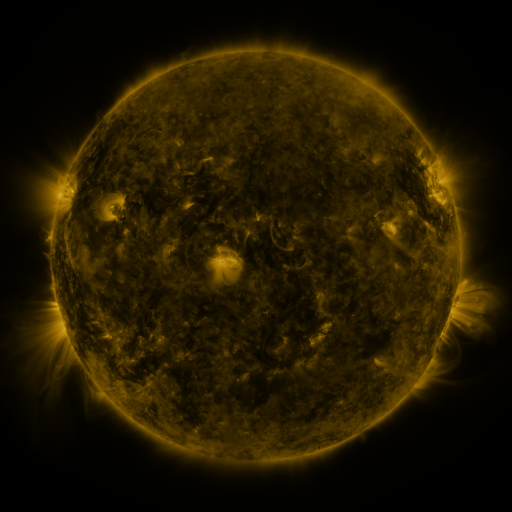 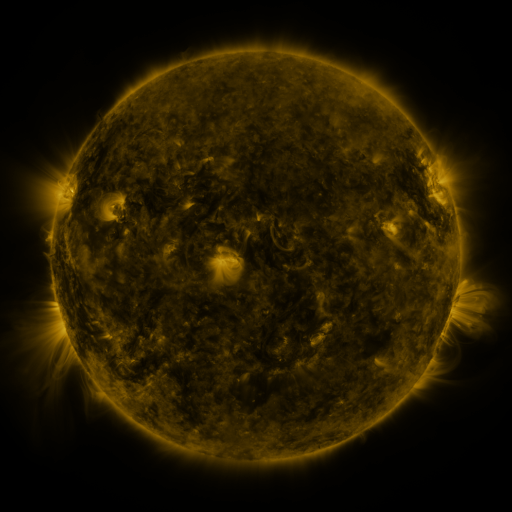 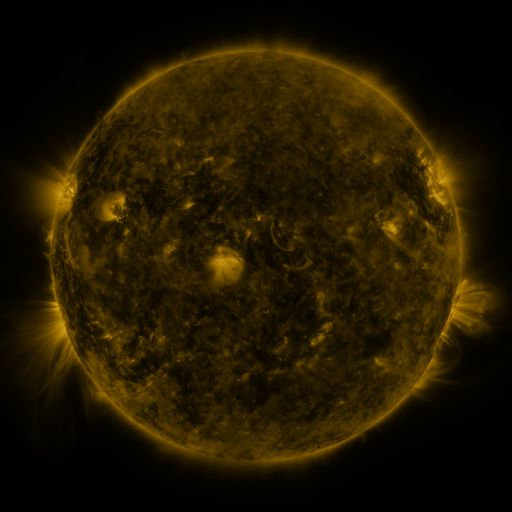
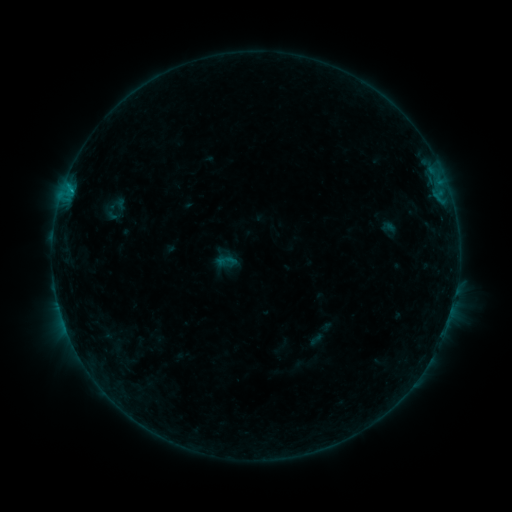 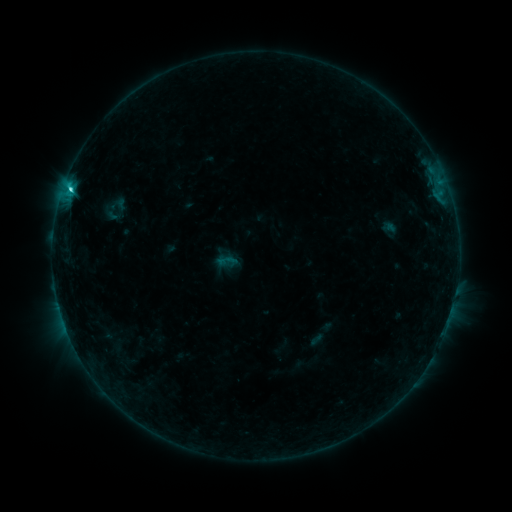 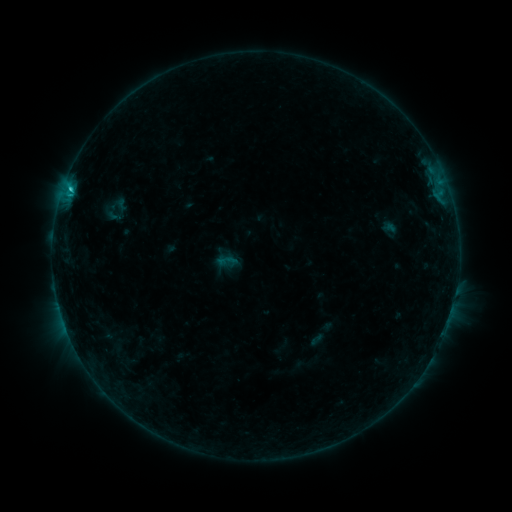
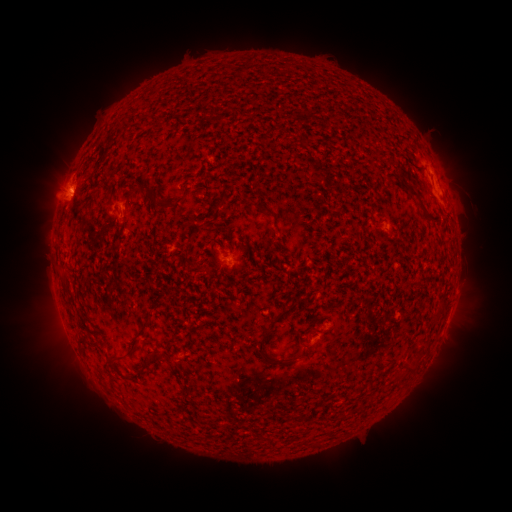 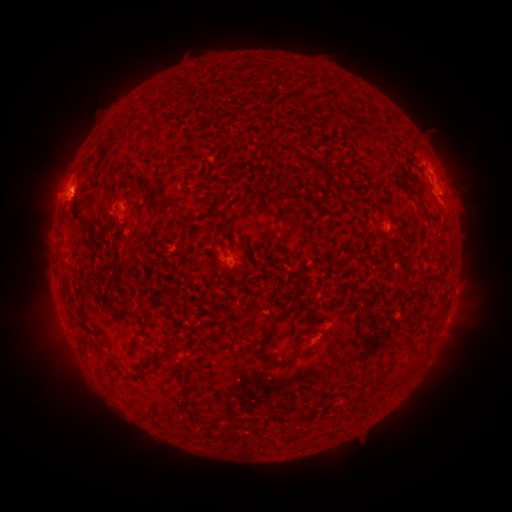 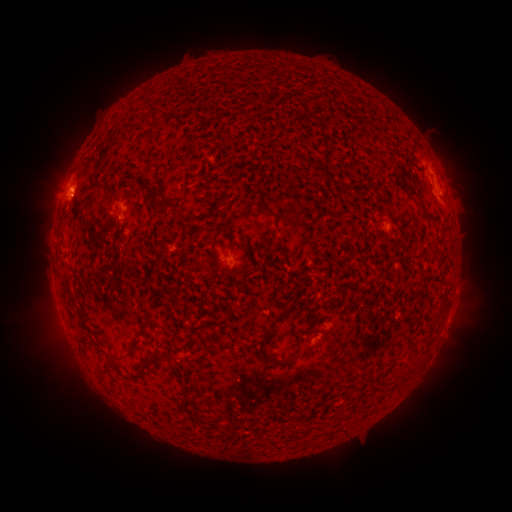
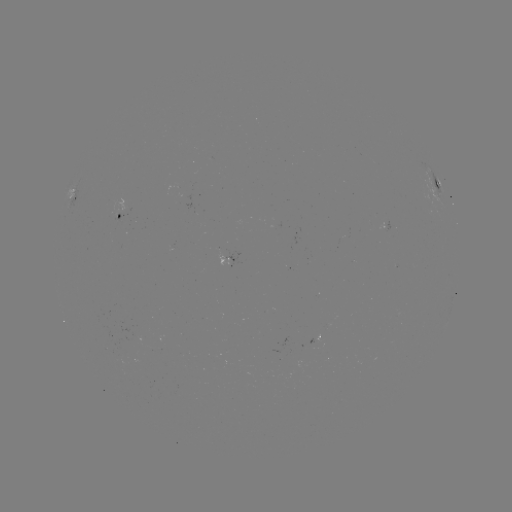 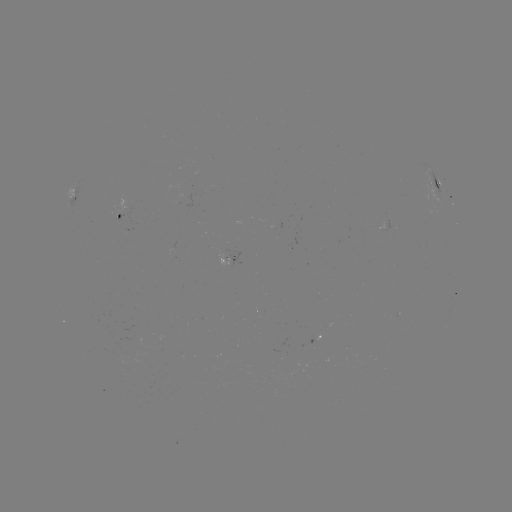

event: flare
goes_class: C1.9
